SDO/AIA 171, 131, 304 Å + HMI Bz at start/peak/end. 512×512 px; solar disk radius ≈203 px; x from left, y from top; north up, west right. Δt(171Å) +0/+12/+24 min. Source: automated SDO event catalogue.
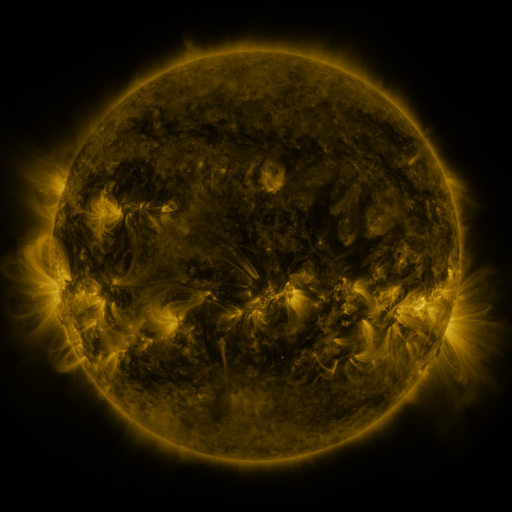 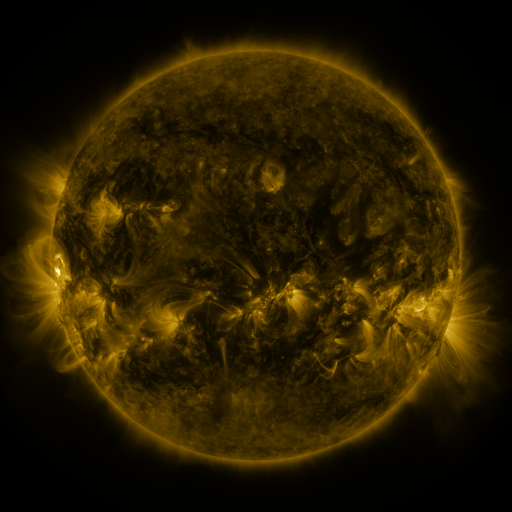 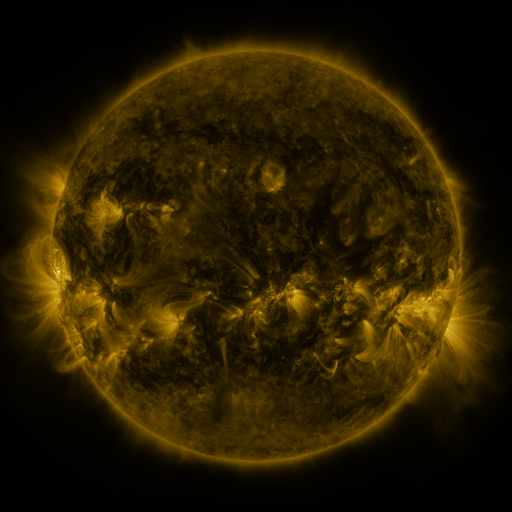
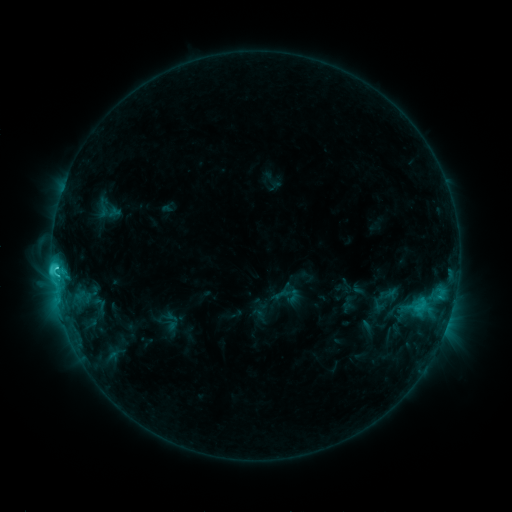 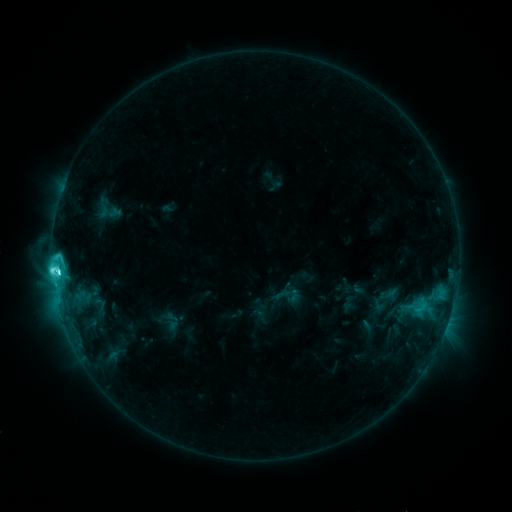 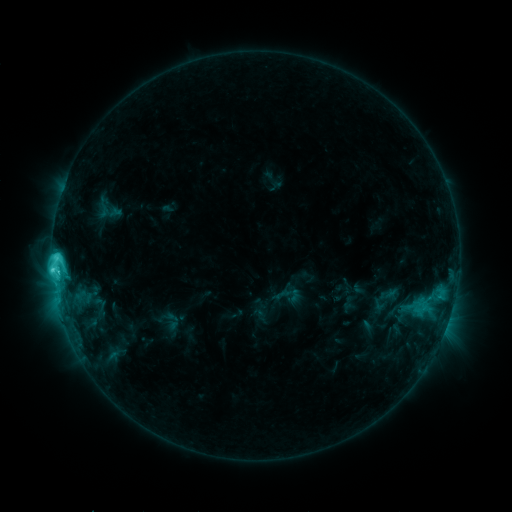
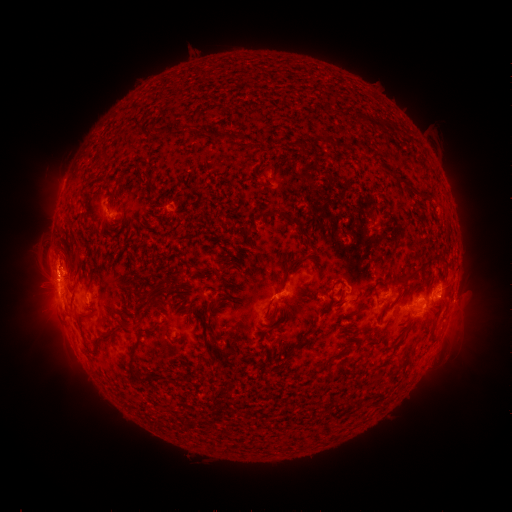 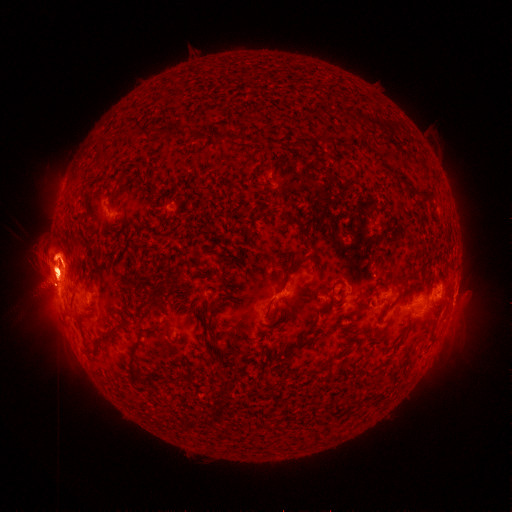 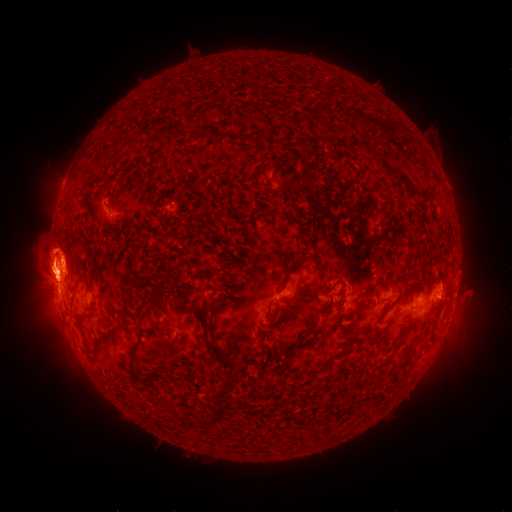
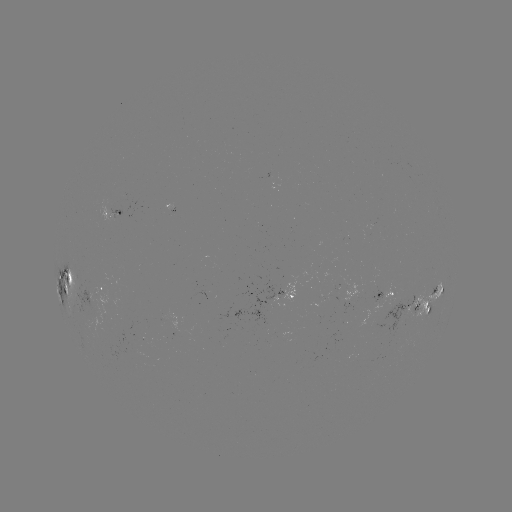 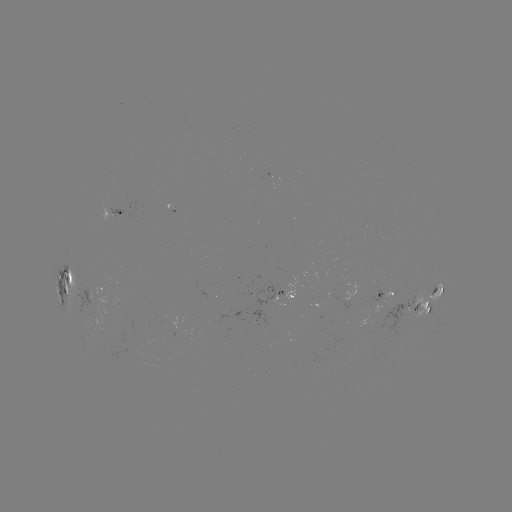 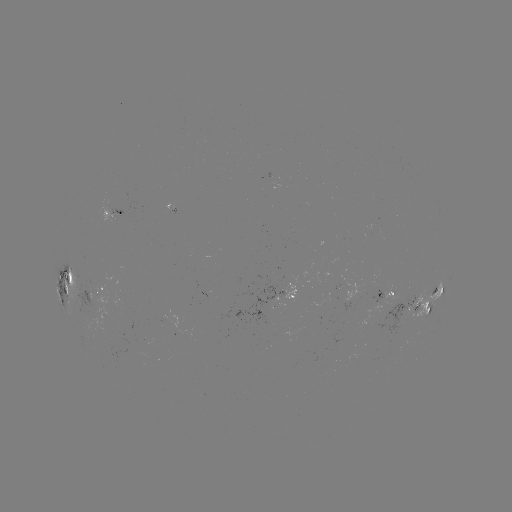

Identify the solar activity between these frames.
eruption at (53, 265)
